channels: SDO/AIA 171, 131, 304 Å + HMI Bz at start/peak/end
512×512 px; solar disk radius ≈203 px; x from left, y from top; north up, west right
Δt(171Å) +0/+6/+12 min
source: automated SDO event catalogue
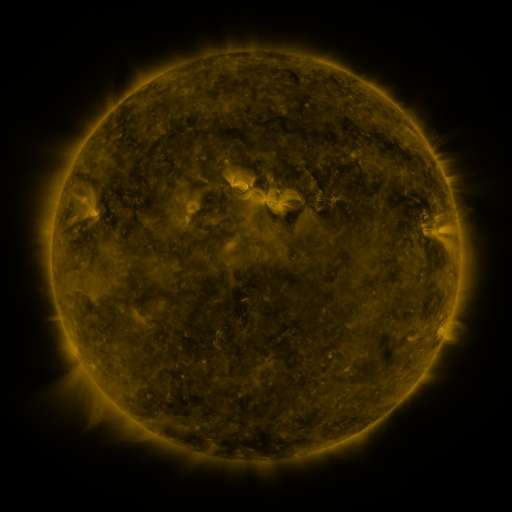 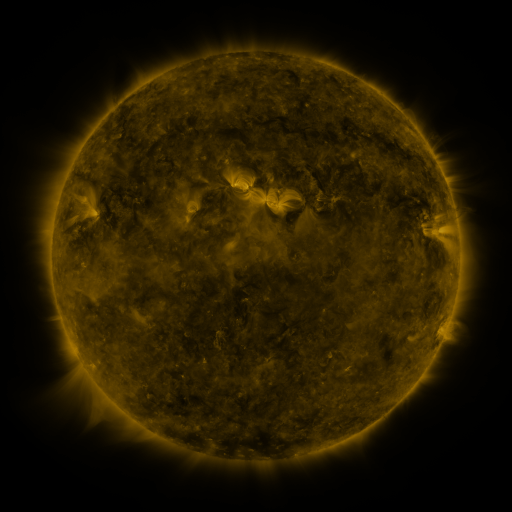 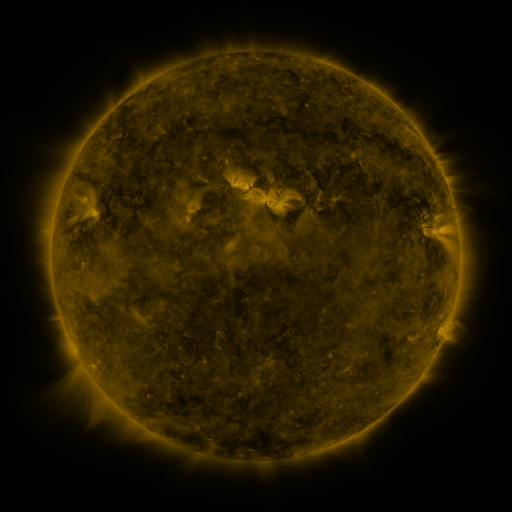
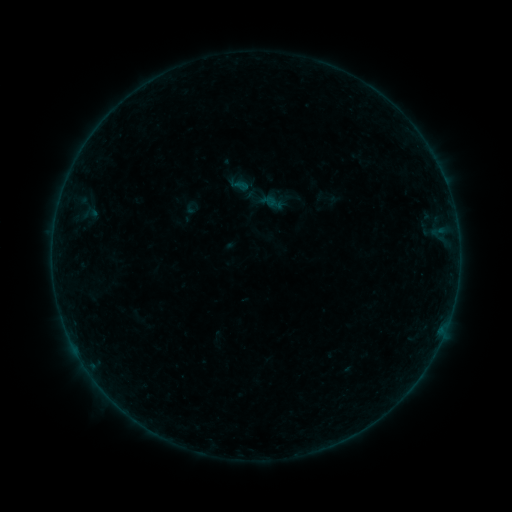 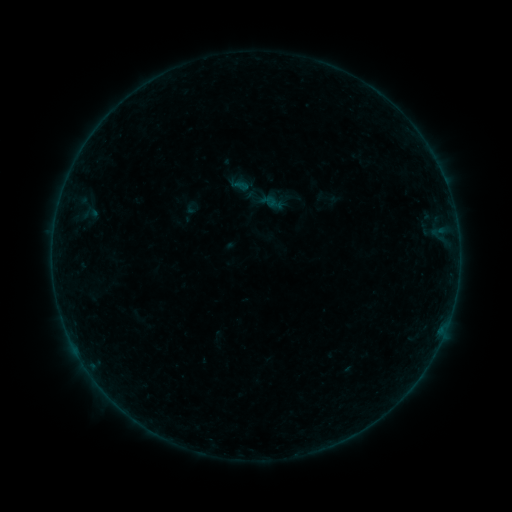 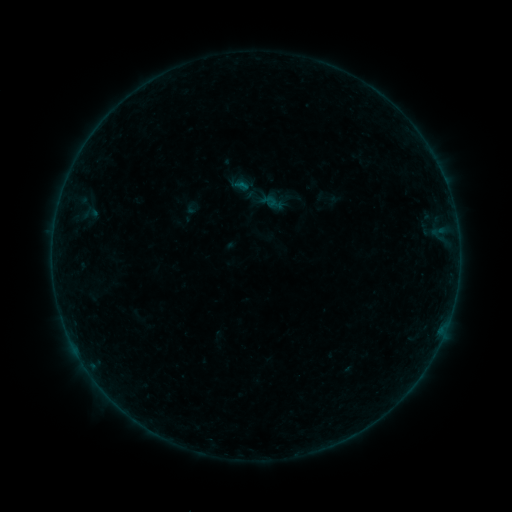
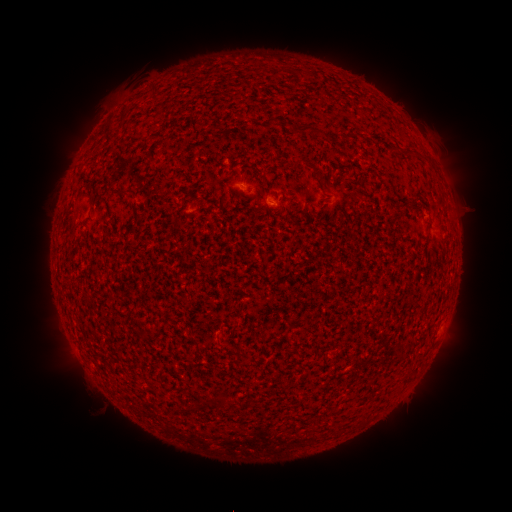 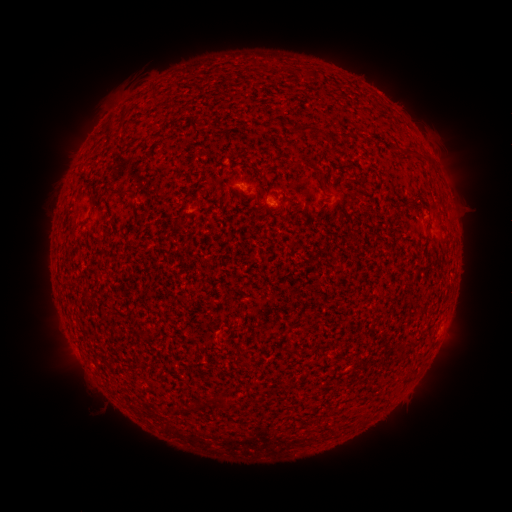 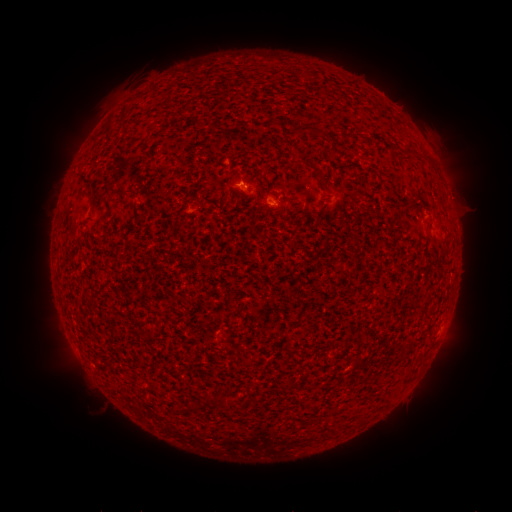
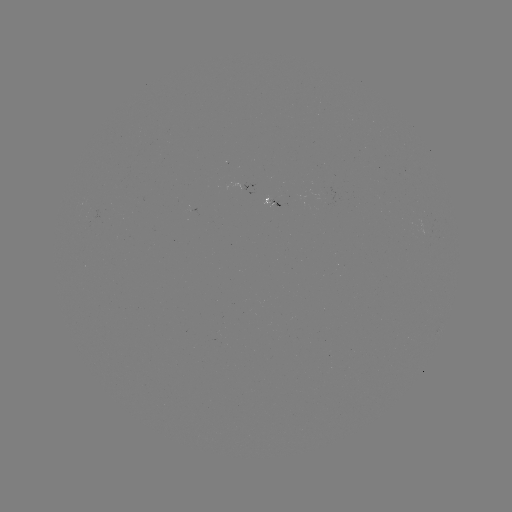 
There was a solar flare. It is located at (236, 171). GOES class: B1.0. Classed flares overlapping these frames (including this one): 1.